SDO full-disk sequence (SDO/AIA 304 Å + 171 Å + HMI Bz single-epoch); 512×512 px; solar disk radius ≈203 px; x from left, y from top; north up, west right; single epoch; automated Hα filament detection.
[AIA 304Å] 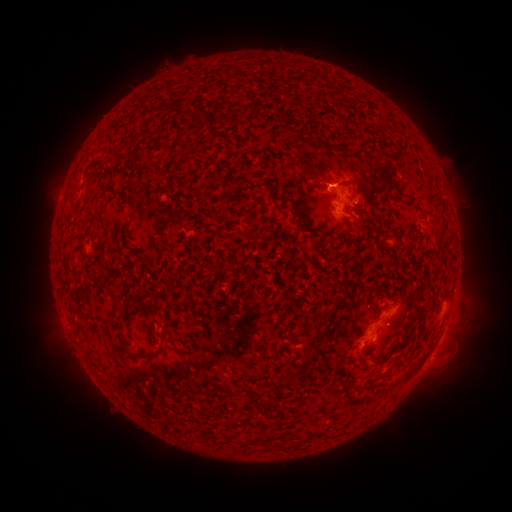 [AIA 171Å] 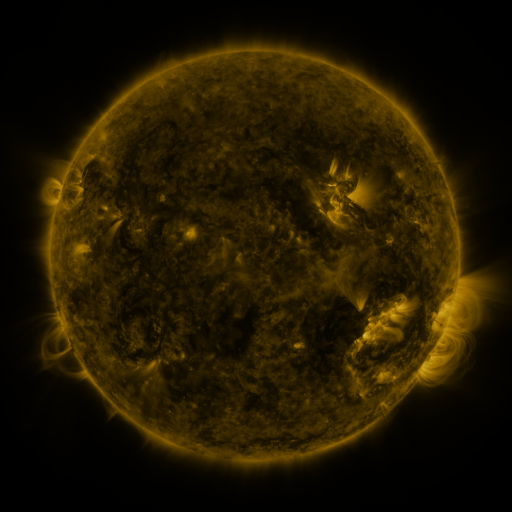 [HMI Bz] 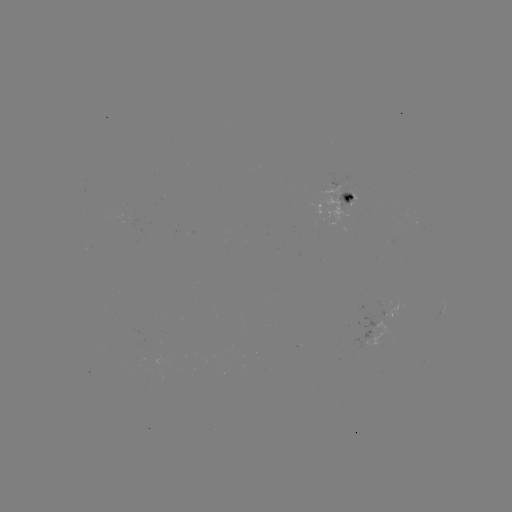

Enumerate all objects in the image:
filament: (172, 152)
filament: (314, 175)
filament: (197, 191)
filament: (363, 193)
filament: (357, 206)
filament: (298, 213)
filament: (278, 287)
filament: (156, 309)
filament: (421, 318)
filament: (121, 337)
filament: (406, 342)
filament: (306, 357)
filament: (361, 359)
filament: (381, 359)
filament: (297, 376)
